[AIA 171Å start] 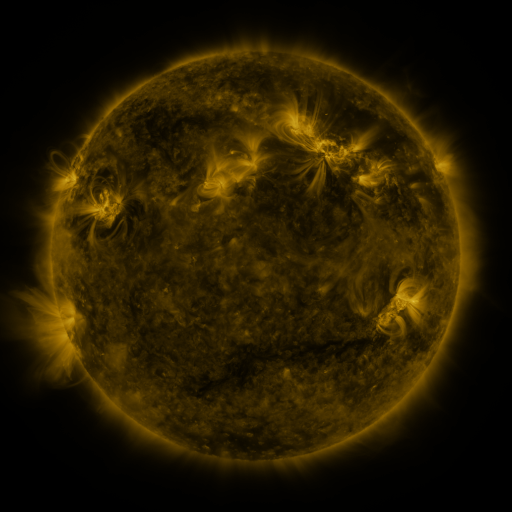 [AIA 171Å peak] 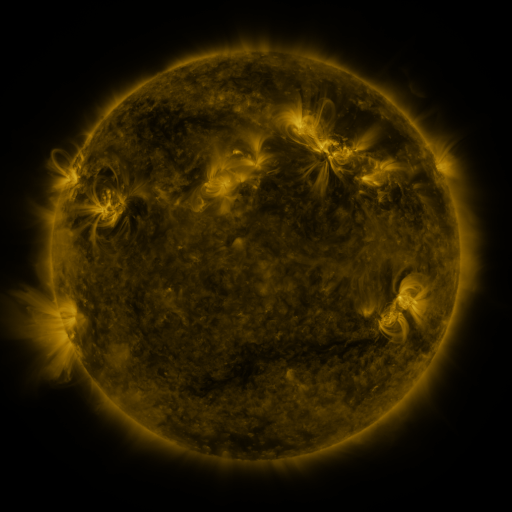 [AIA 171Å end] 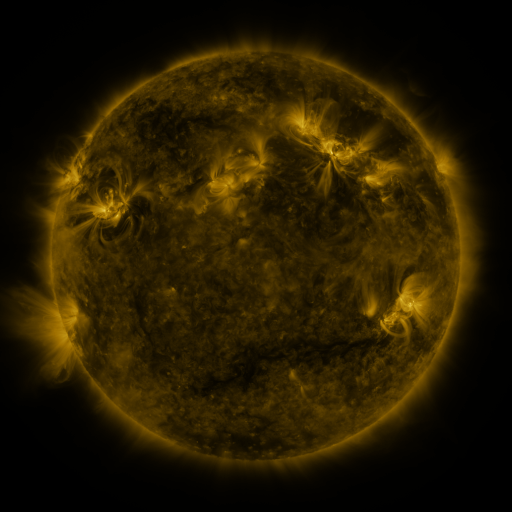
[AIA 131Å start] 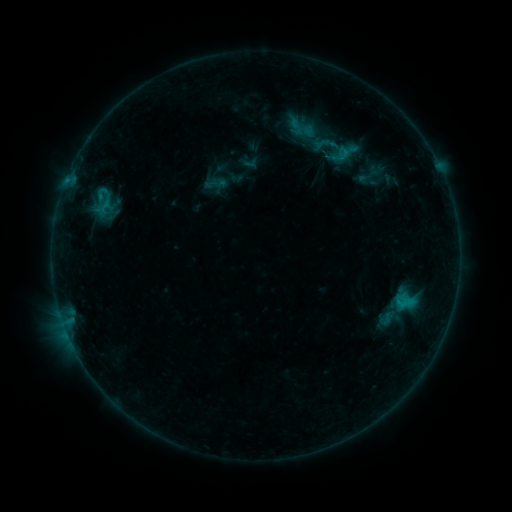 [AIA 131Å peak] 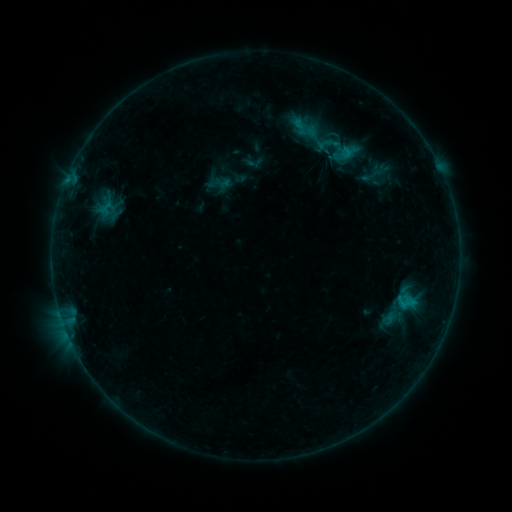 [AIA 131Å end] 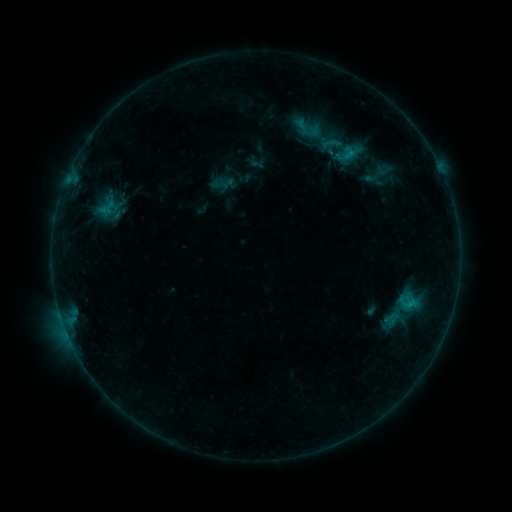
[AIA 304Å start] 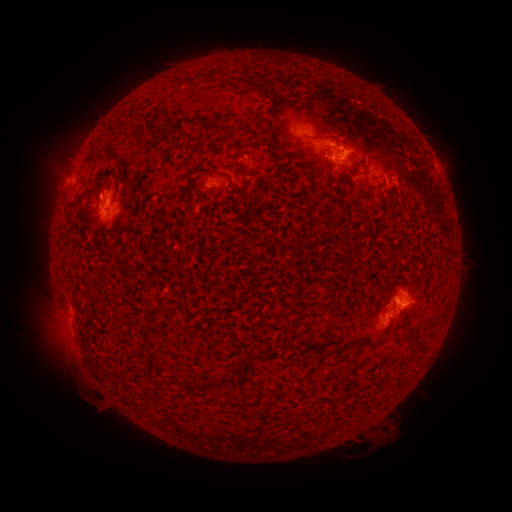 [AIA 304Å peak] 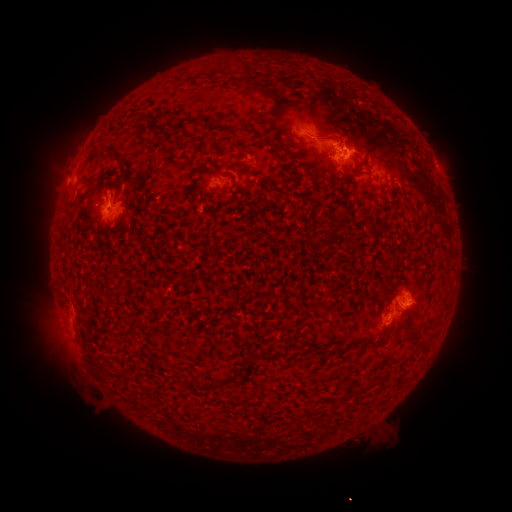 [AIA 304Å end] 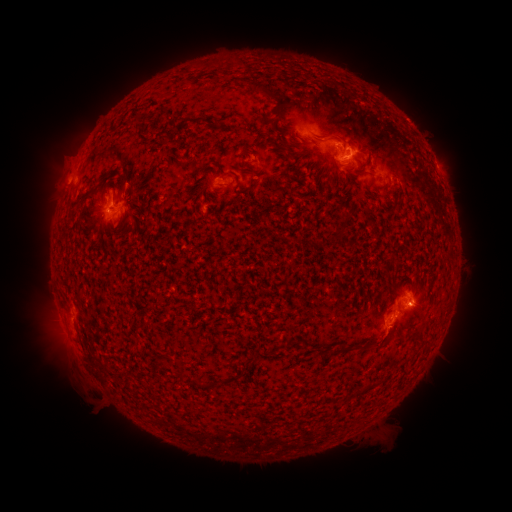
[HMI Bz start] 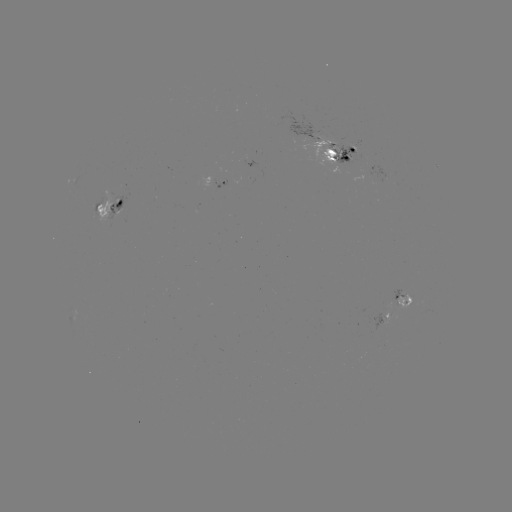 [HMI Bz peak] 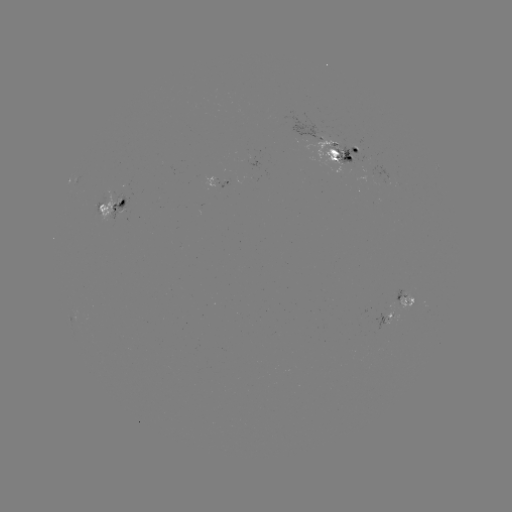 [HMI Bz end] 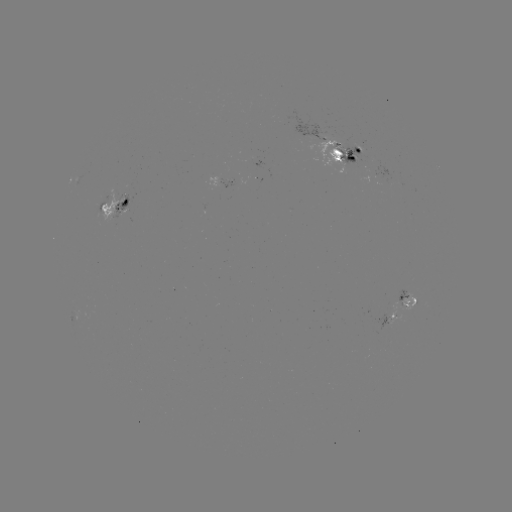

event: emerging-flux region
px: (347, 159)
